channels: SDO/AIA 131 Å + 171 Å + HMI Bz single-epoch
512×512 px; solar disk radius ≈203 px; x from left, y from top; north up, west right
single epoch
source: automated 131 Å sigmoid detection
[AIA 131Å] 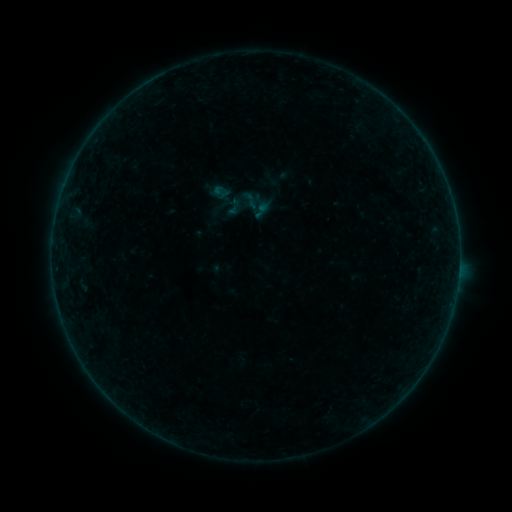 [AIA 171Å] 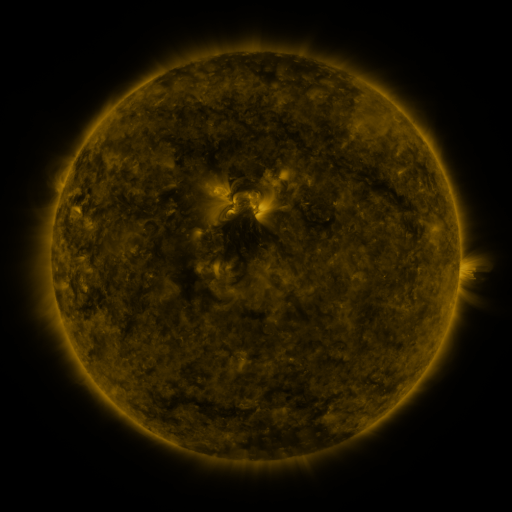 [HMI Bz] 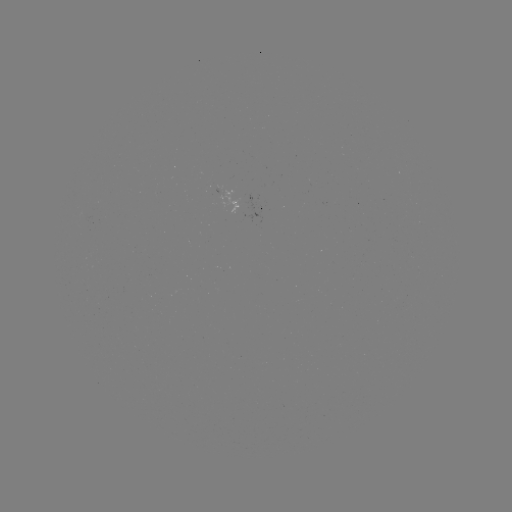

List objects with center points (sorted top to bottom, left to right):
sigmoid: [240, 190, 260, 210]
sigmoid: [252, 201, 272, 221]
